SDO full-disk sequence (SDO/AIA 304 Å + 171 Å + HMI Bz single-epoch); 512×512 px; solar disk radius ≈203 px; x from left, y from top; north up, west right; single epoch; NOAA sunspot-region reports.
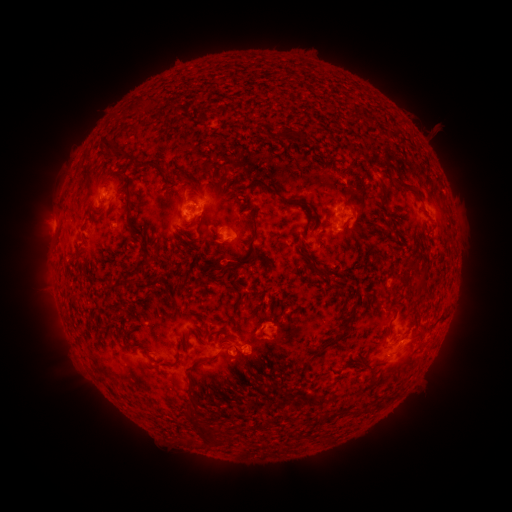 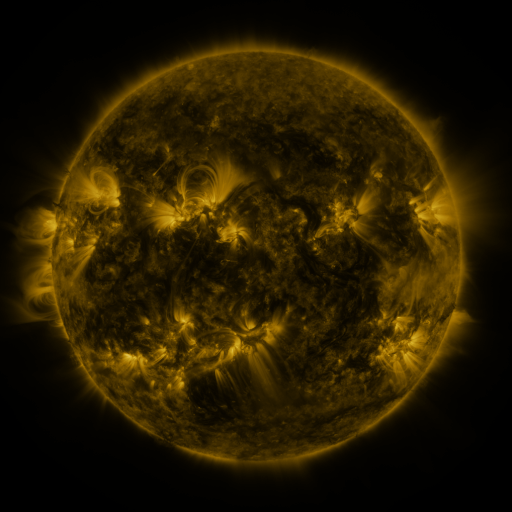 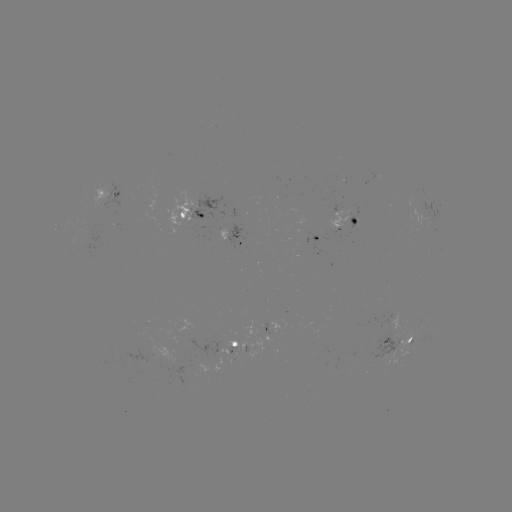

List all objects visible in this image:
spotted active region: (110, 188)
spotted active region: (195, 205)
spotted active region: (345, 211)
spotted active region: (228, 229)
spotted active region: (315, 236)
spotted active region: (401, 334)
spotted active region: (230, 347)
